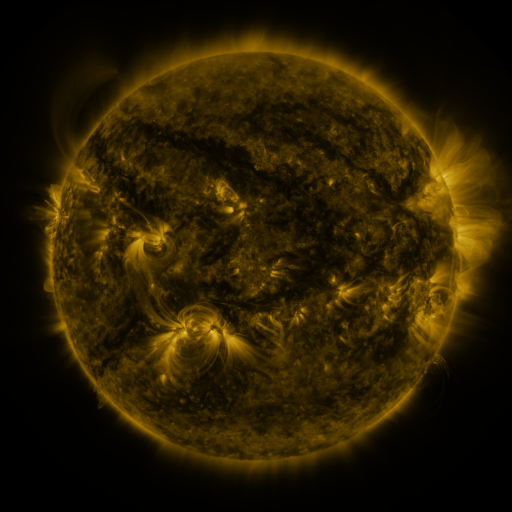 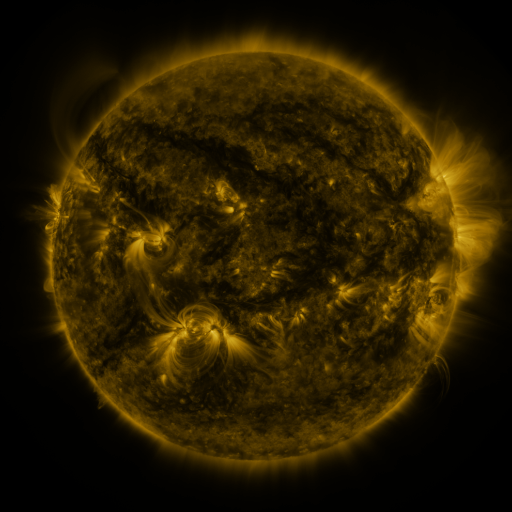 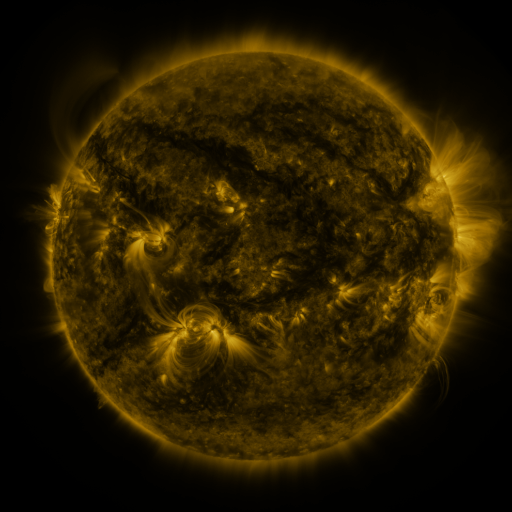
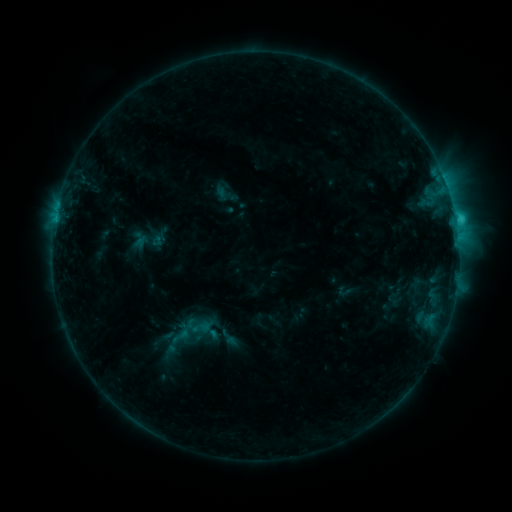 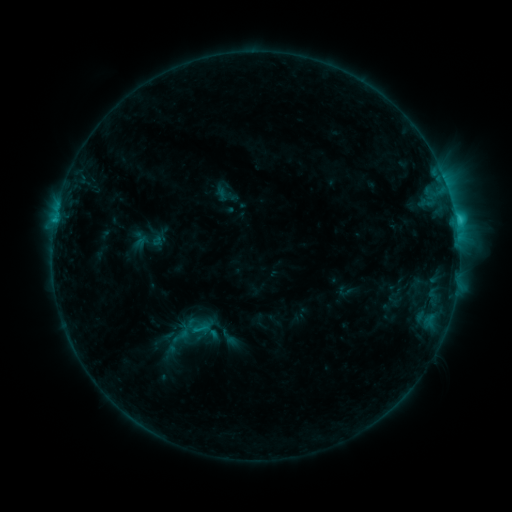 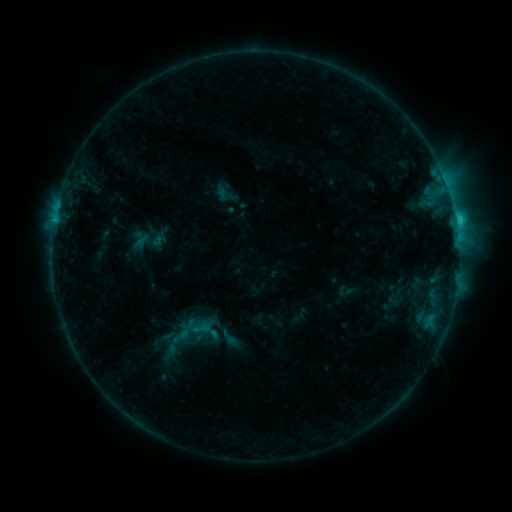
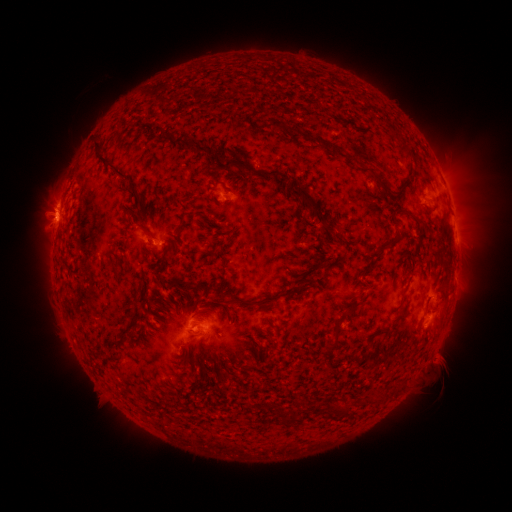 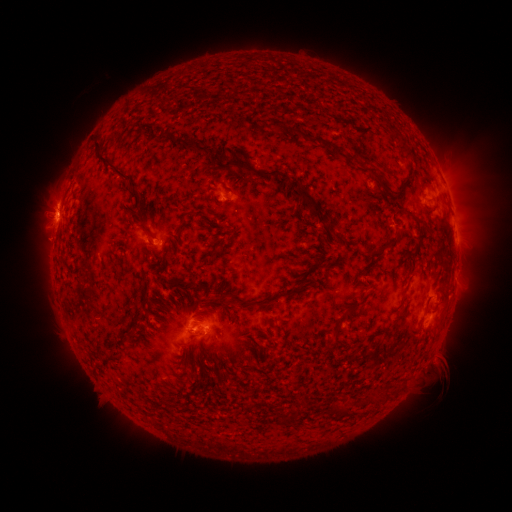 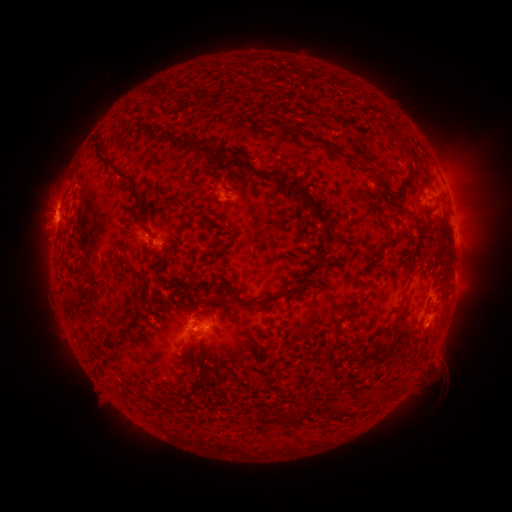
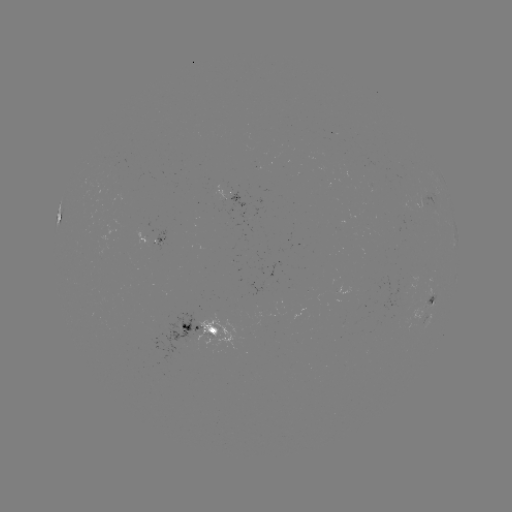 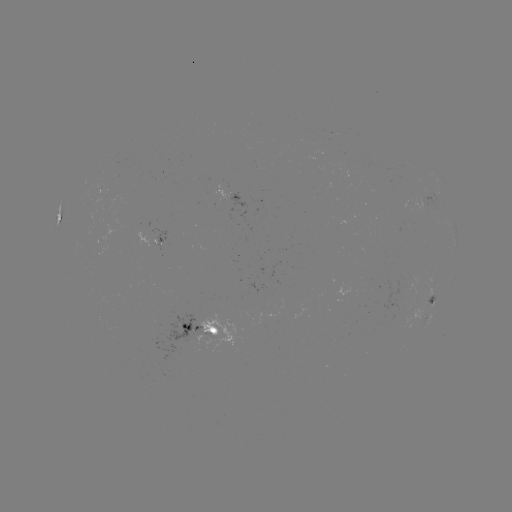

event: flare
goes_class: C2.4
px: (196, 329)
